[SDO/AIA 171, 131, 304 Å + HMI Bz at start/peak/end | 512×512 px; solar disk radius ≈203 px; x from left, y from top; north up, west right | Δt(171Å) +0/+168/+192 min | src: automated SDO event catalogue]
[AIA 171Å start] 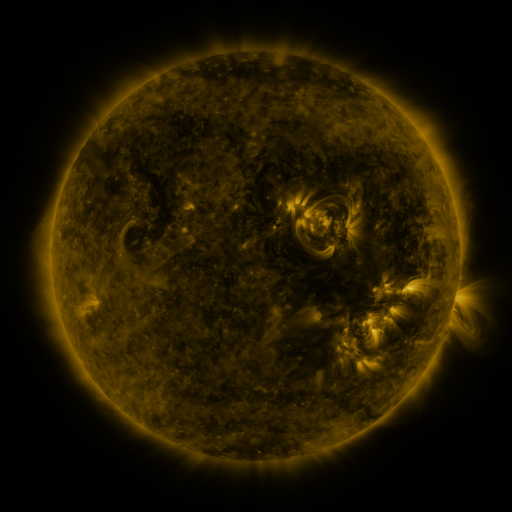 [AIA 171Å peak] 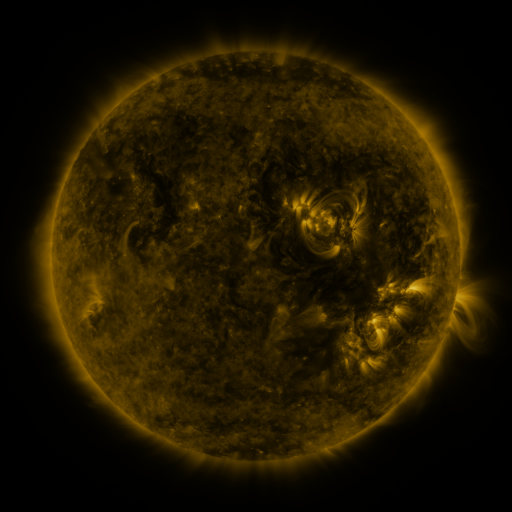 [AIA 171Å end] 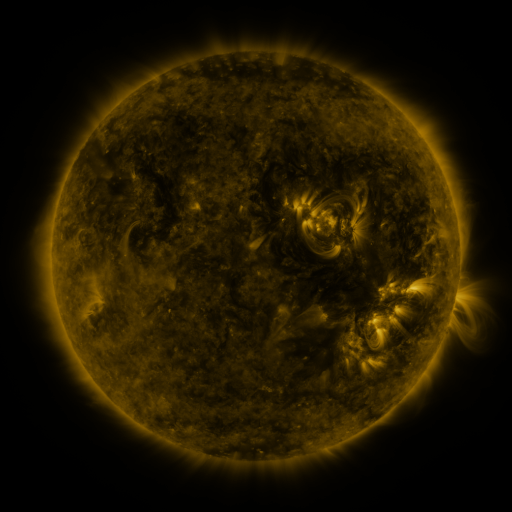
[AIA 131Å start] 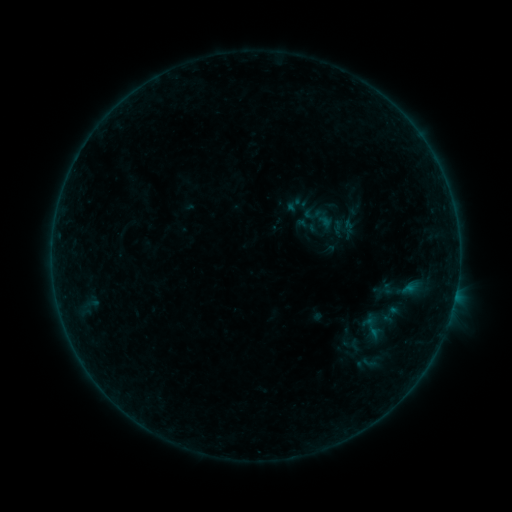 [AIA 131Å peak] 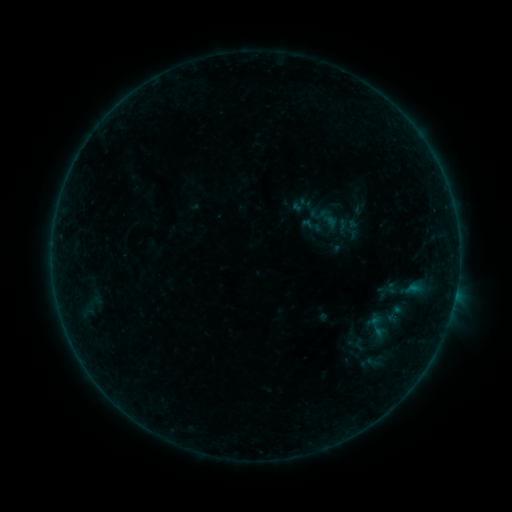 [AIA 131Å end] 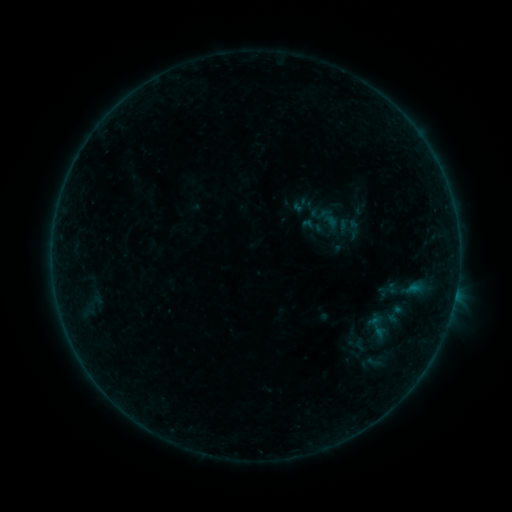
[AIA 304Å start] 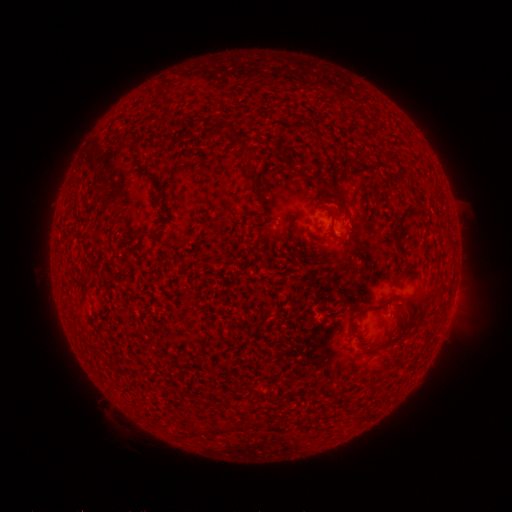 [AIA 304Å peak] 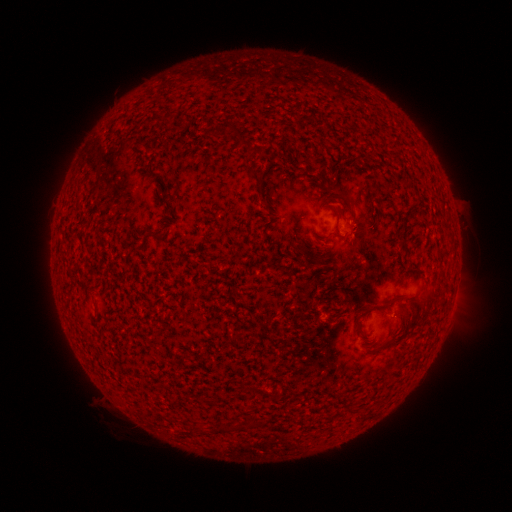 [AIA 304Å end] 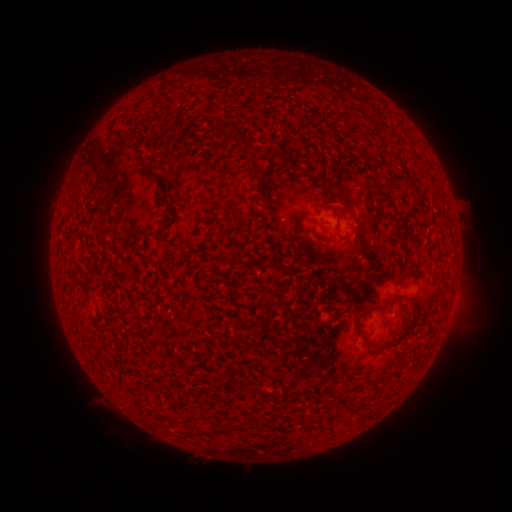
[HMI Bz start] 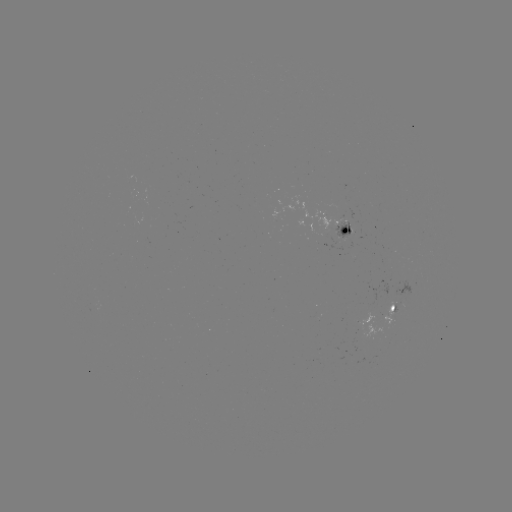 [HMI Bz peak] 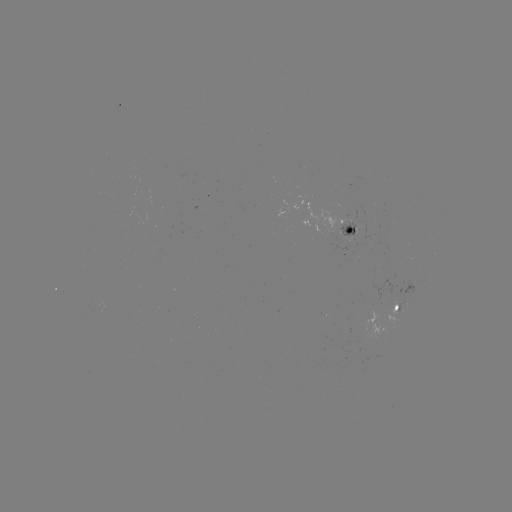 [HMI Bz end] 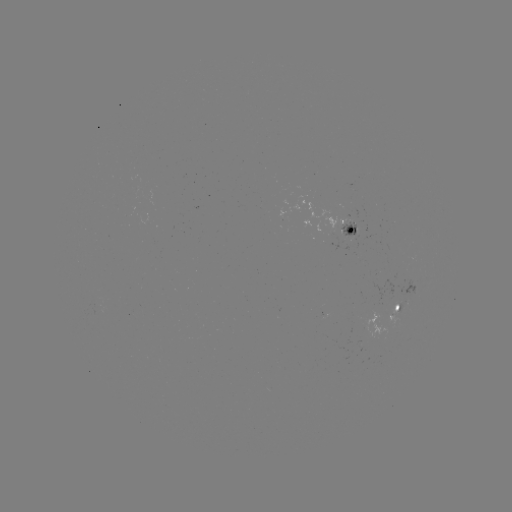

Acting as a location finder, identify emerging-flux region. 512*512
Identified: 347,234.